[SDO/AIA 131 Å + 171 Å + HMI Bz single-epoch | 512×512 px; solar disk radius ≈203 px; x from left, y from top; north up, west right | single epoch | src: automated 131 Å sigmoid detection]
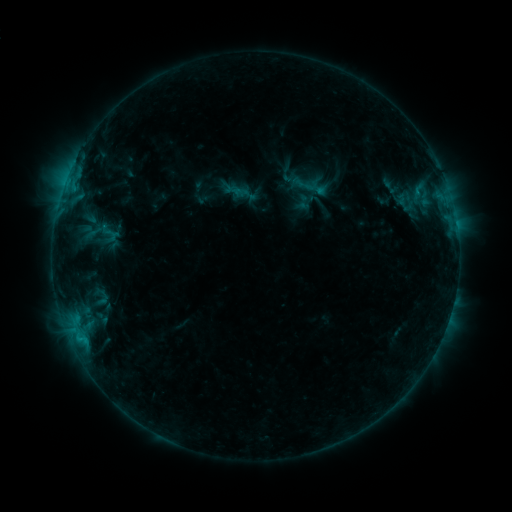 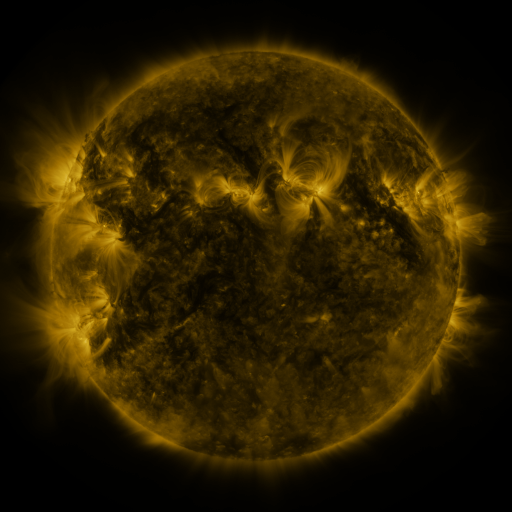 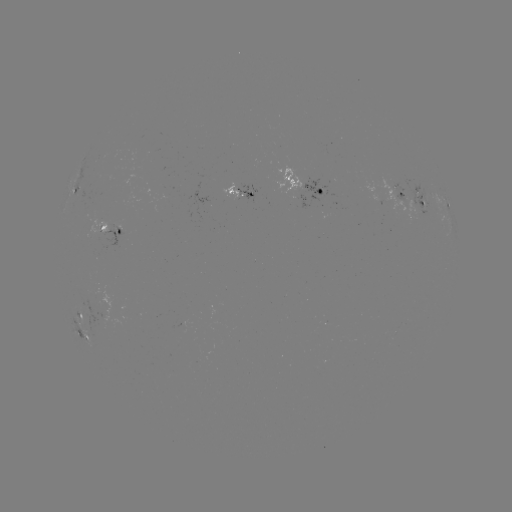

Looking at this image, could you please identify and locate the sigmoid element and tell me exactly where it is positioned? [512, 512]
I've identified sigmoid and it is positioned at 102,298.